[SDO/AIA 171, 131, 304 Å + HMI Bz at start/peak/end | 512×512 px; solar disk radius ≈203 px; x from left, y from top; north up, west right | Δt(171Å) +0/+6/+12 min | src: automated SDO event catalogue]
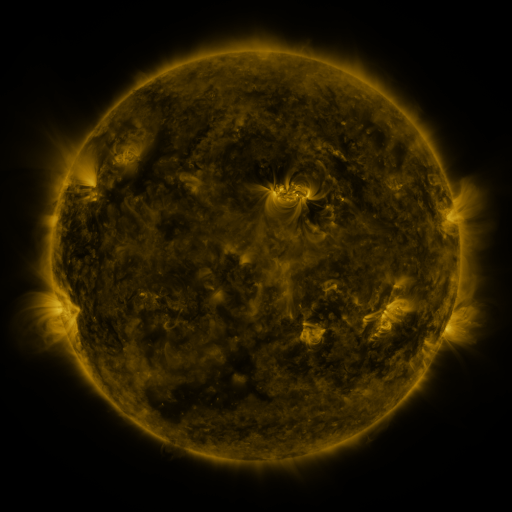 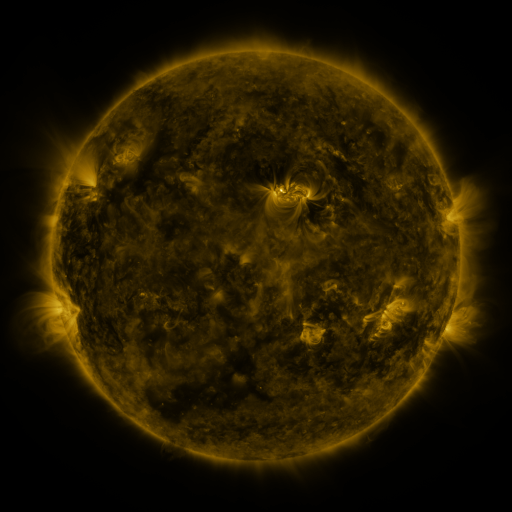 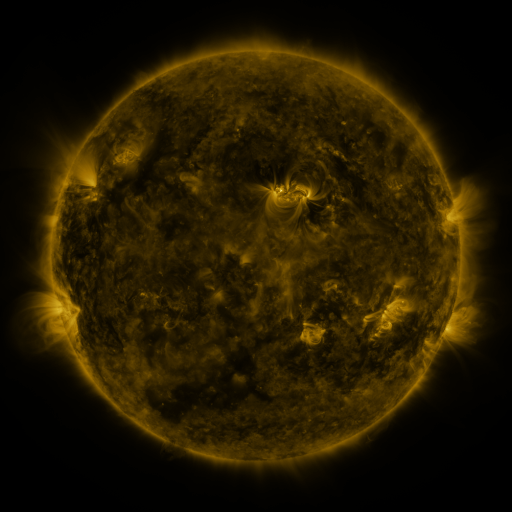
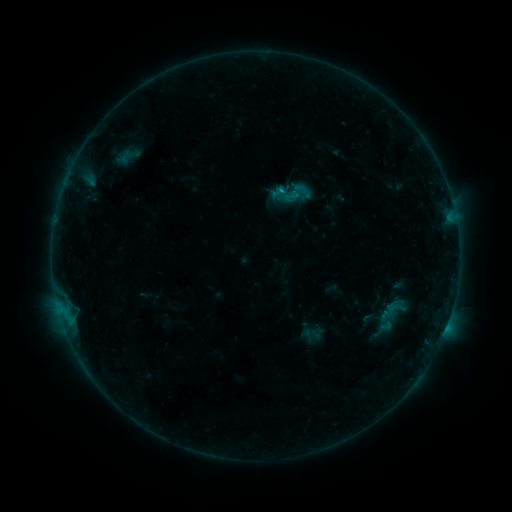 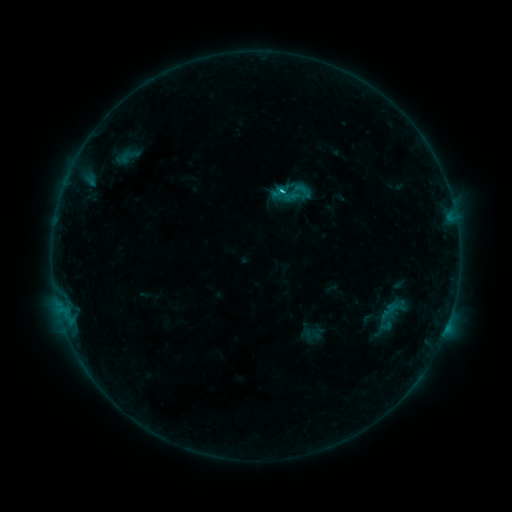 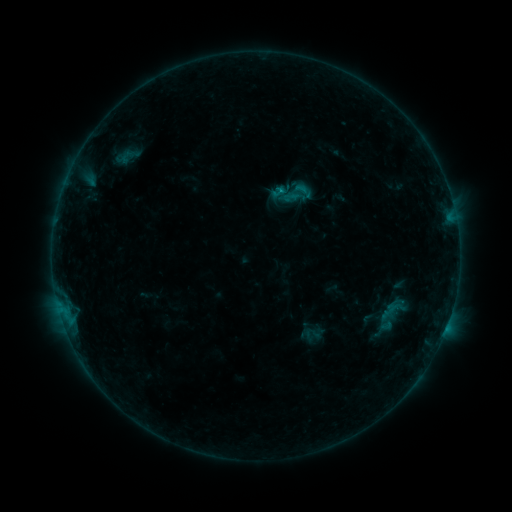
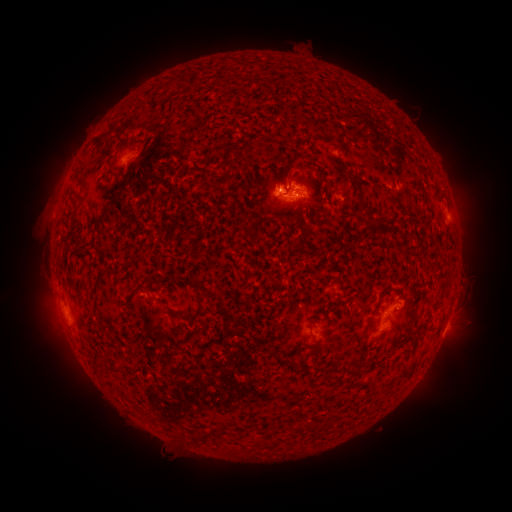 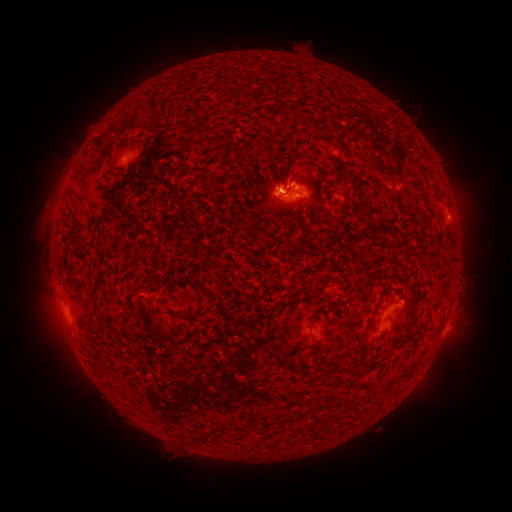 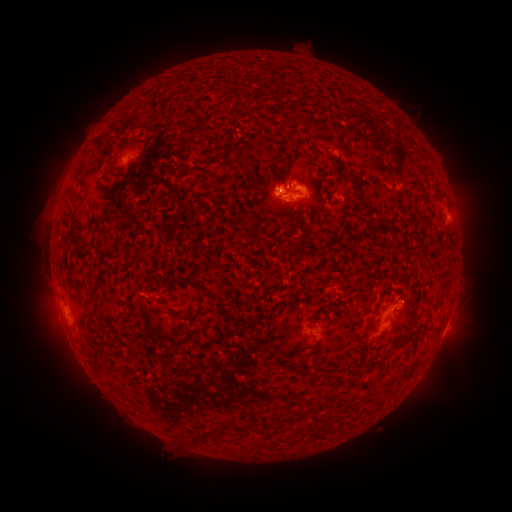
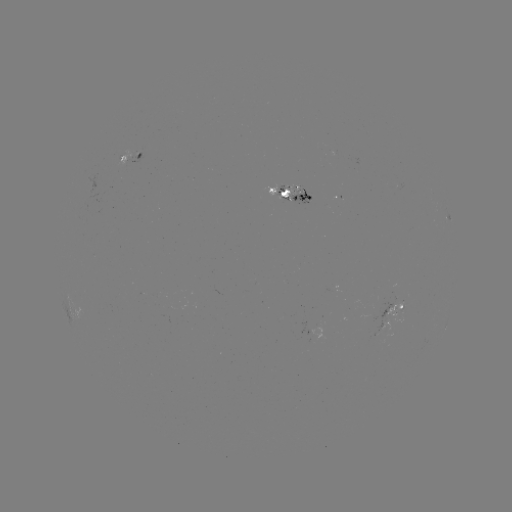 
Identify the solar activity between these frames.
C1.0 flare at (280, 192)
